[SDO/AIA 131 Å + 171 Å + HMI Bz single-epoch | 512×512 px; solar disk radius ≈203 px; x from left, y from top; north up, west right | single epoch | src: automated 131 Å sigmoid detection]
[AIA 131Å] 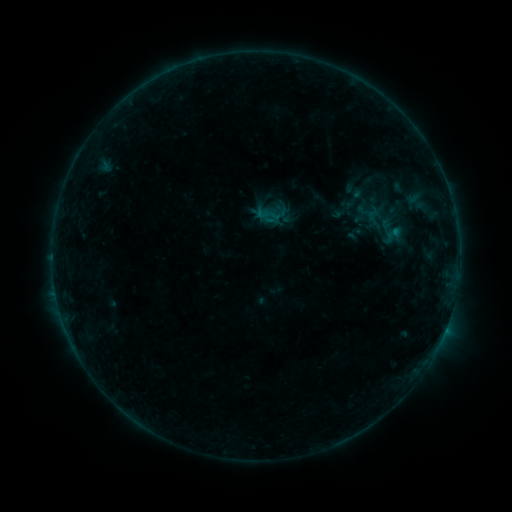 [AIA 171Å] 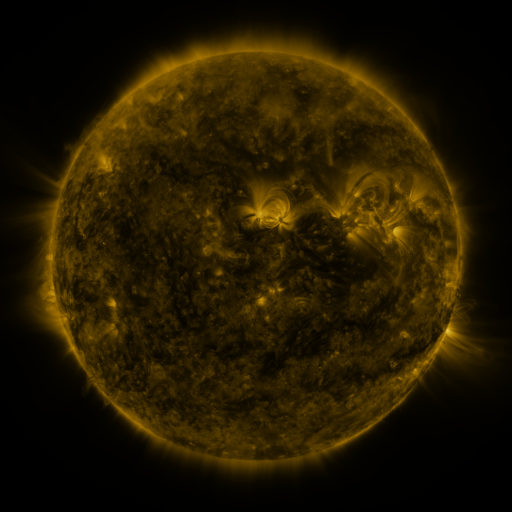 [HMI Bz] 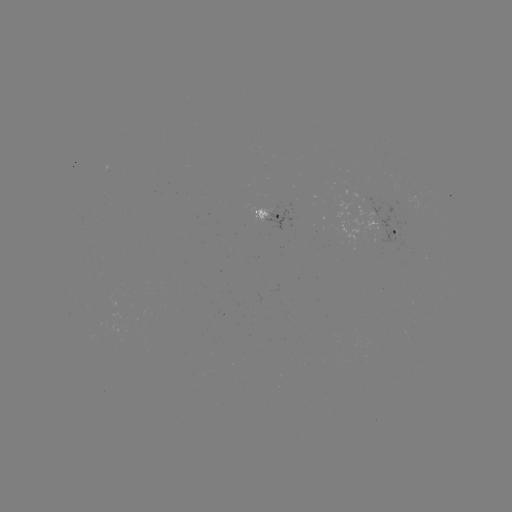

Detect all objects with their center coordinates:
sigmoid: <bbox>337, 185, 373, 211</bbox>
